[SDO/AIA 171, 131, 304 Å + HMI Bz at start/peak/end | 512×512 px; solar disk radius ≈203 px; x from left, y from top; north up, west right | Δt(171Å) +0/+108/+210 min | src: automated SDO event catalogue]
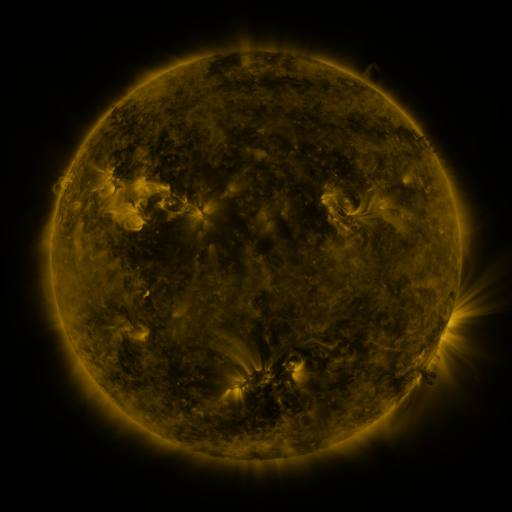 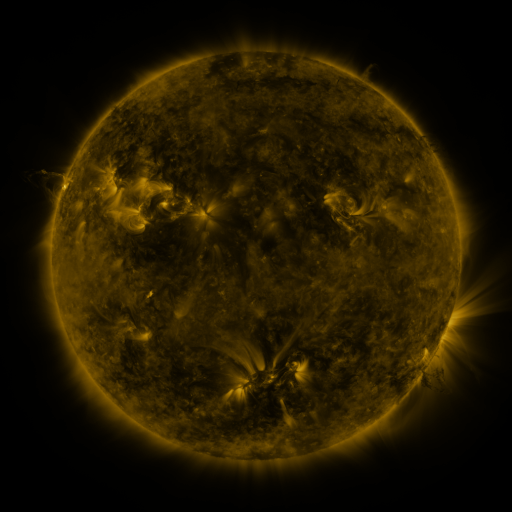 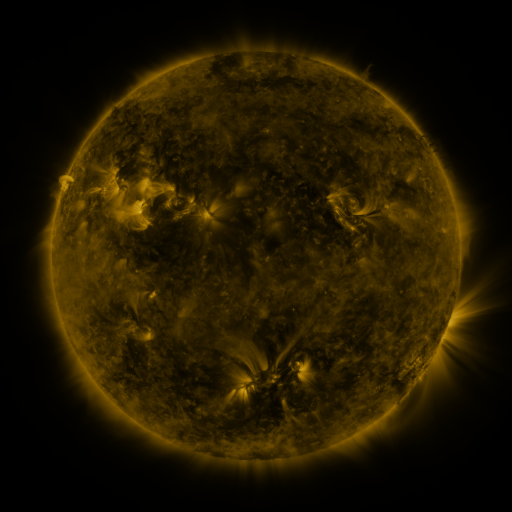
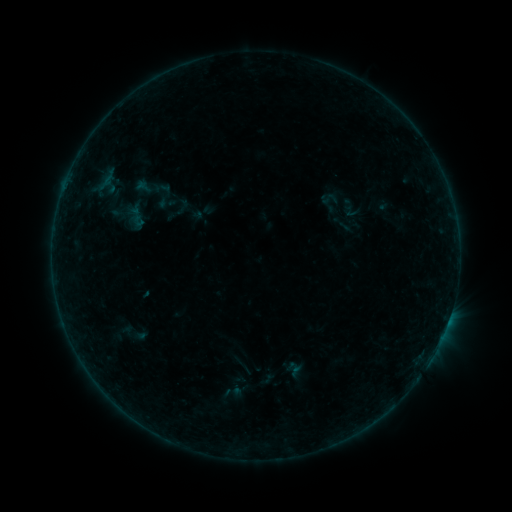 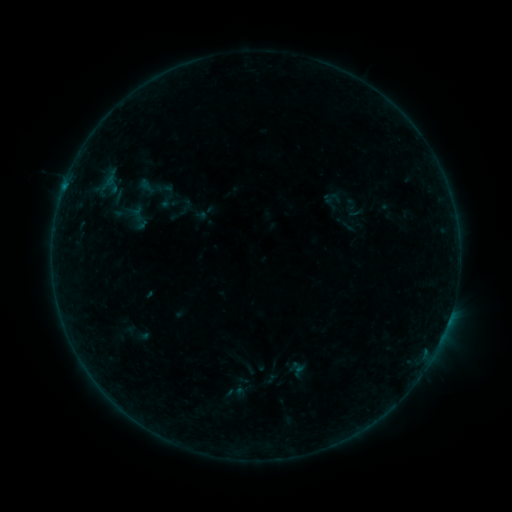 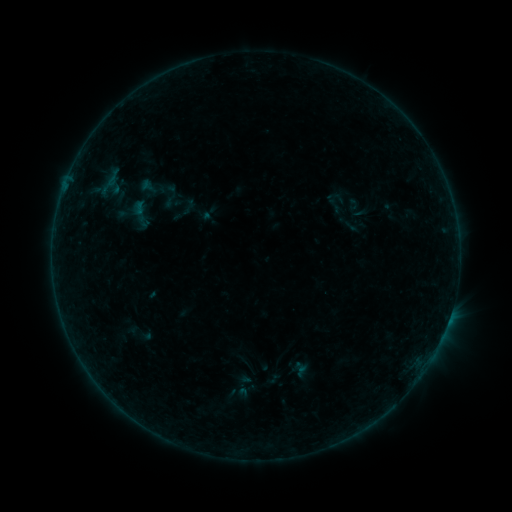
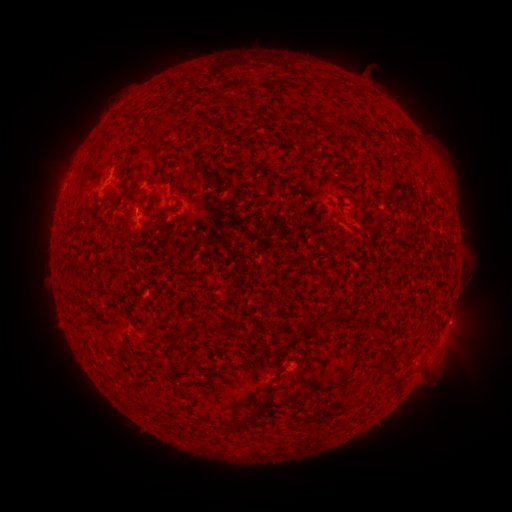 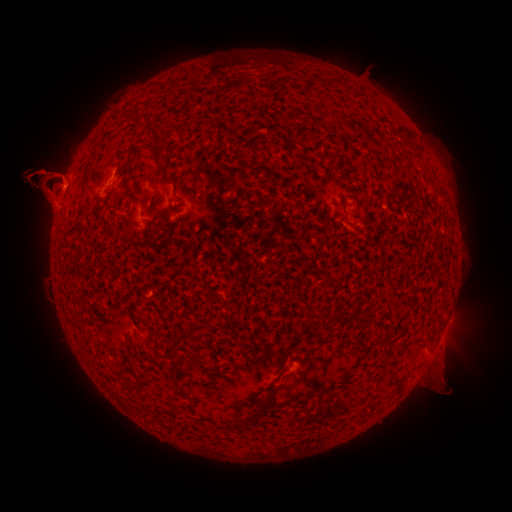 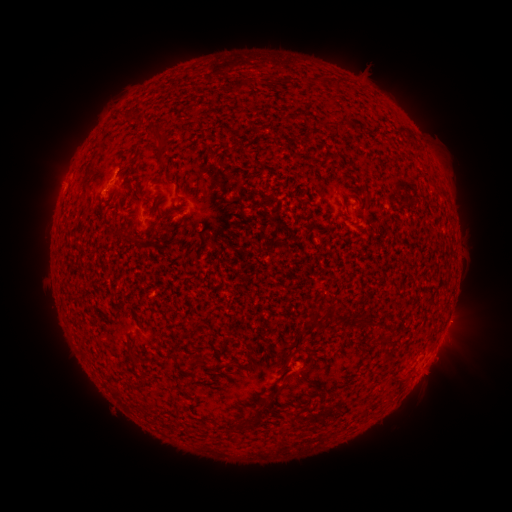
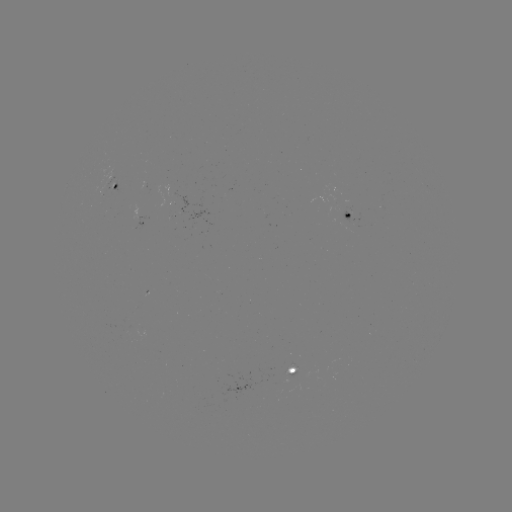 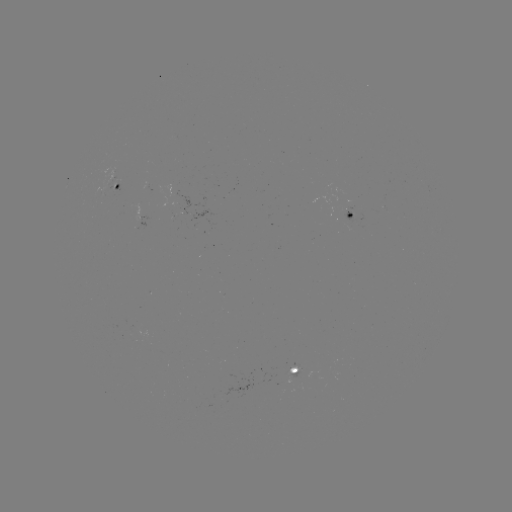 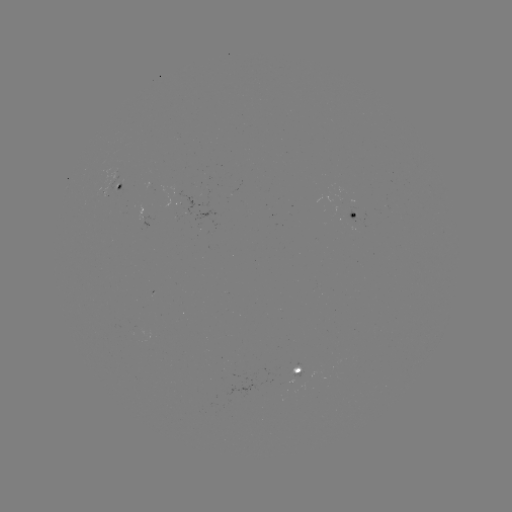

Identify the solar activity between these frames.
filament eruption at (47, 186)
